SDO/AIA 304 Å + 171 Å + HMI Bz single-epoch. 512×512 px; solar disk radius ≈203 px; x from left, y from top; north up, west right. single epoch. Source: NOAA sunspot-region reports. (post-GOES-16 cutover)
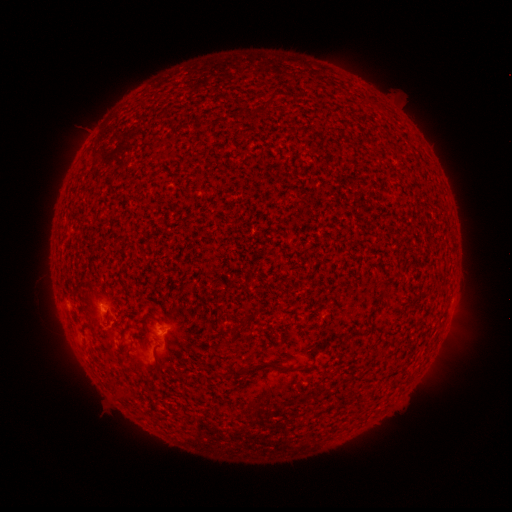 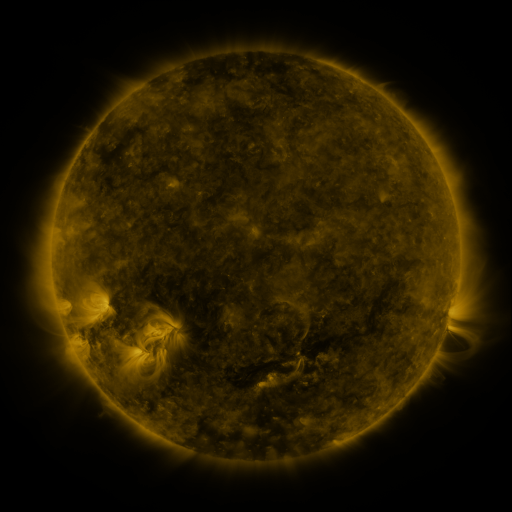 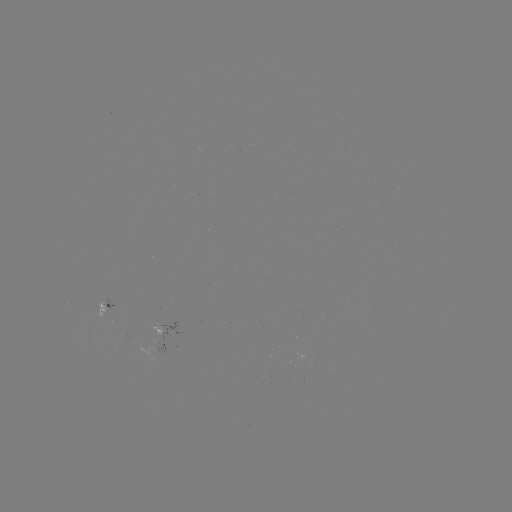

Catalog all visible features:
spotted active region: (107, 306)
spotted active region: (173, 329)
